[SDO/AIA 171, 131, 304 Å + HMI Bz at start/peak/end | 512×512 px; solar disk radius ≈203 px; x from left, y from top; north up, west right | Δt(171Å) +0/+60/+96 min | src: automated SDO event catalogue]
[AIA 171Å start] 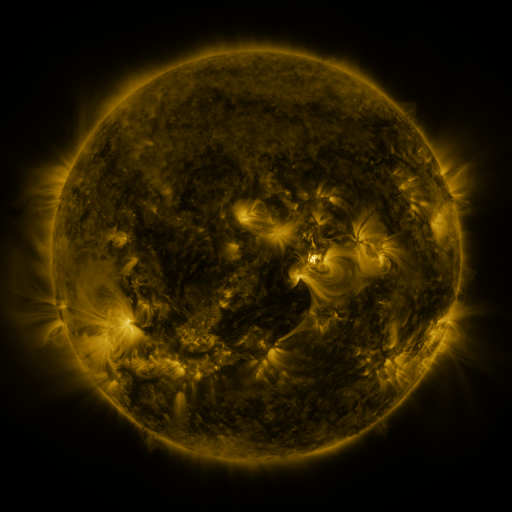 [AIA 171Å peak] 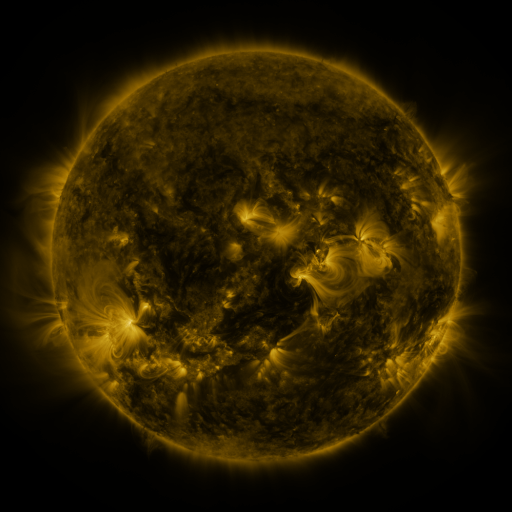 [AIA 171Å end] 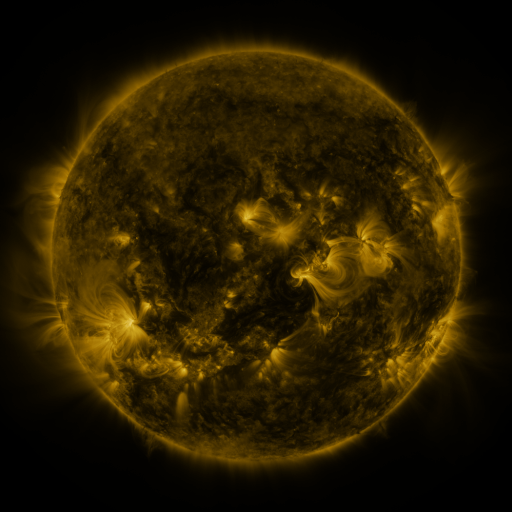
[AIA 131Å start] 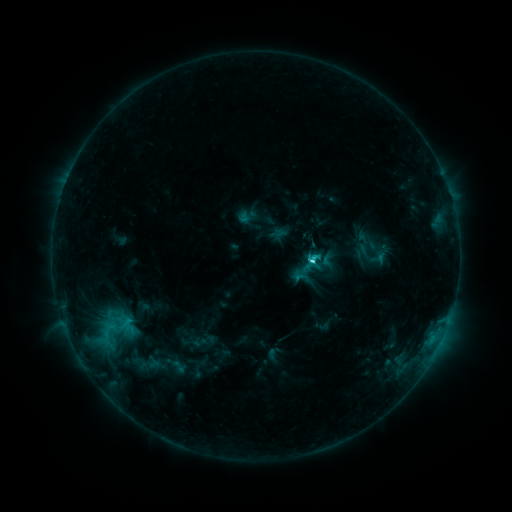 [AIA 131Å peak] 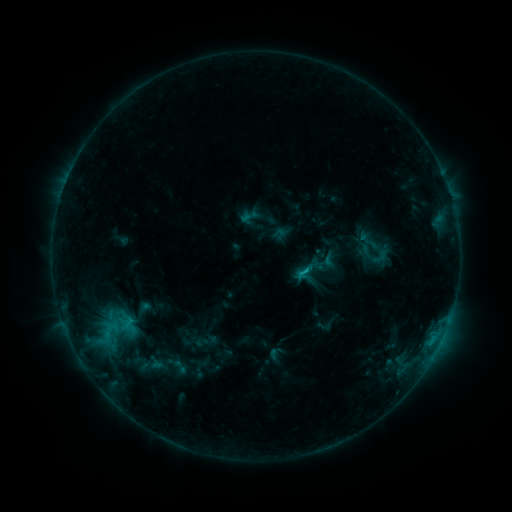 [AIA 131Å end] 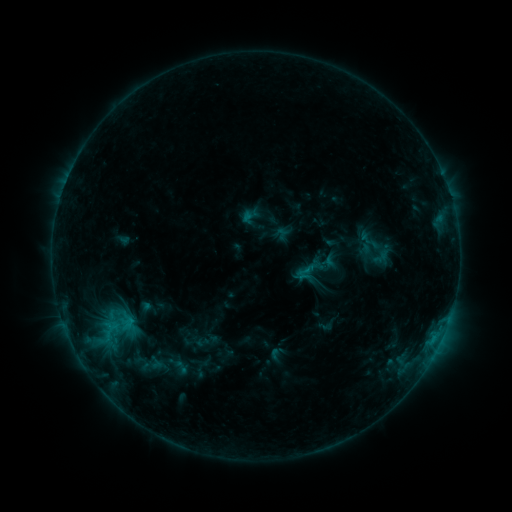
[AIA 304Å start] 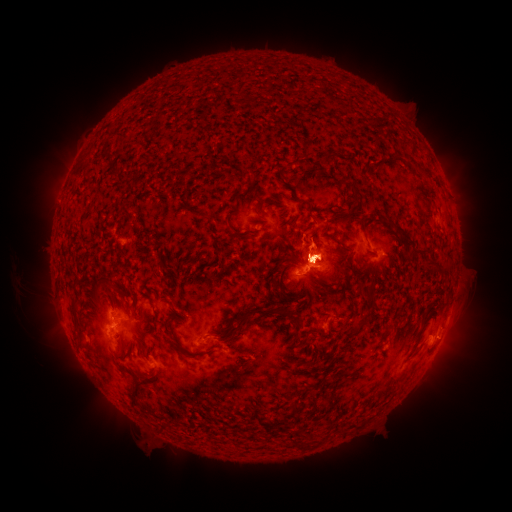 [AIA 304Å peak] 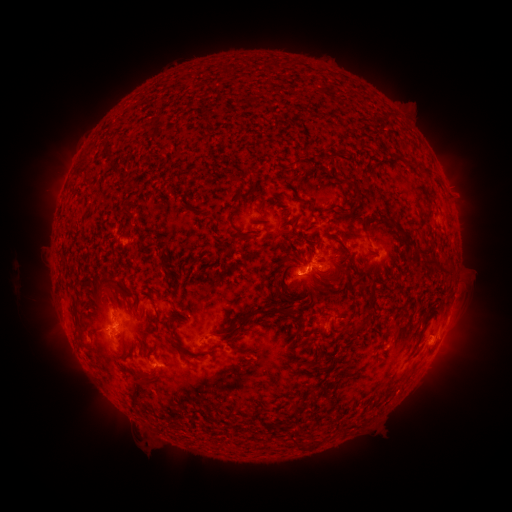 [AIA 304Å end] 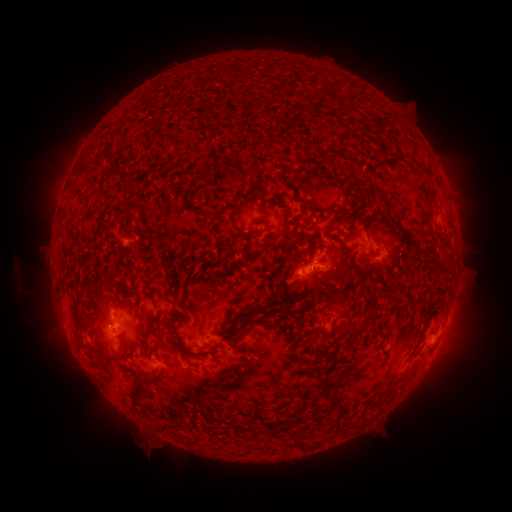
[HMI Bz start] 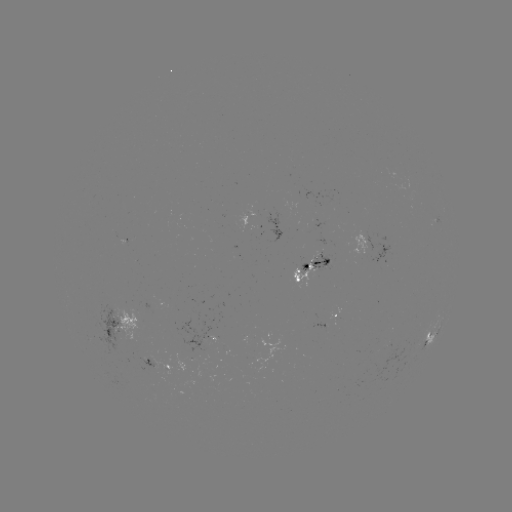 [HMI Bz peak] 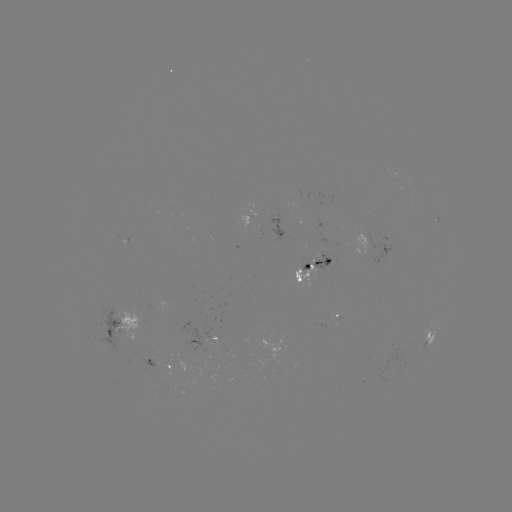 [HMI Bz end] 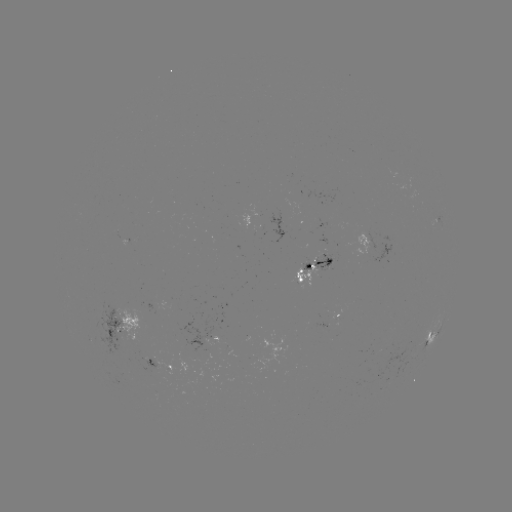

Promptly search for emerging-flux region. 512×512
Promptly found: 258,230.